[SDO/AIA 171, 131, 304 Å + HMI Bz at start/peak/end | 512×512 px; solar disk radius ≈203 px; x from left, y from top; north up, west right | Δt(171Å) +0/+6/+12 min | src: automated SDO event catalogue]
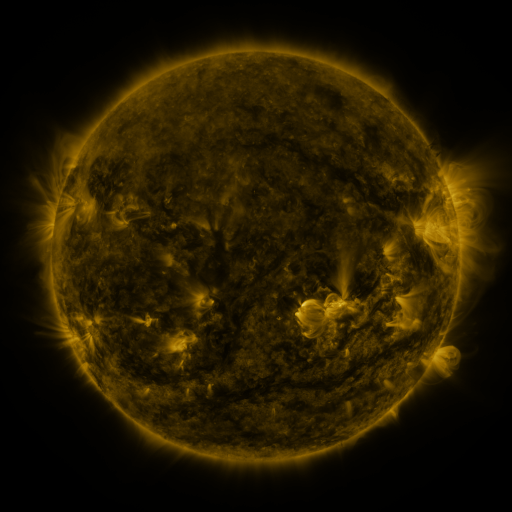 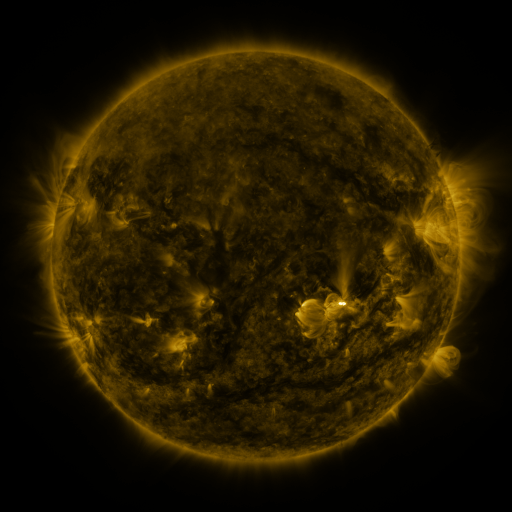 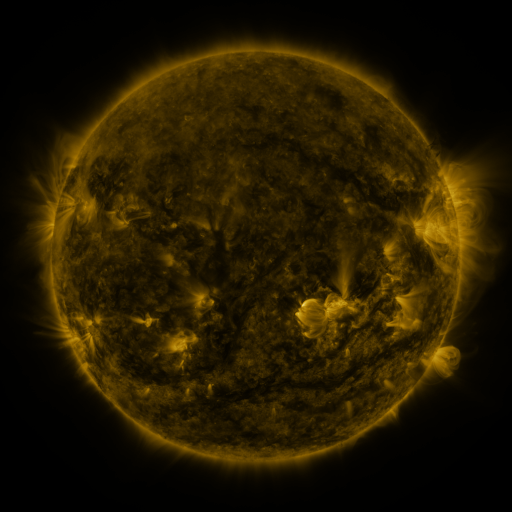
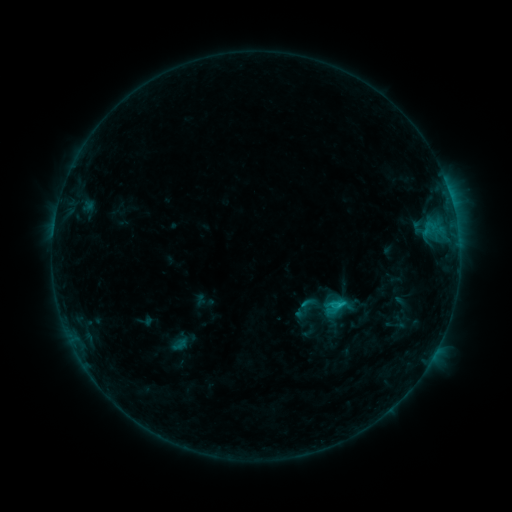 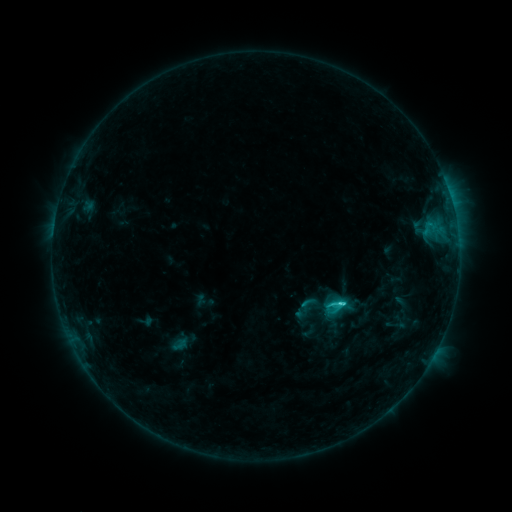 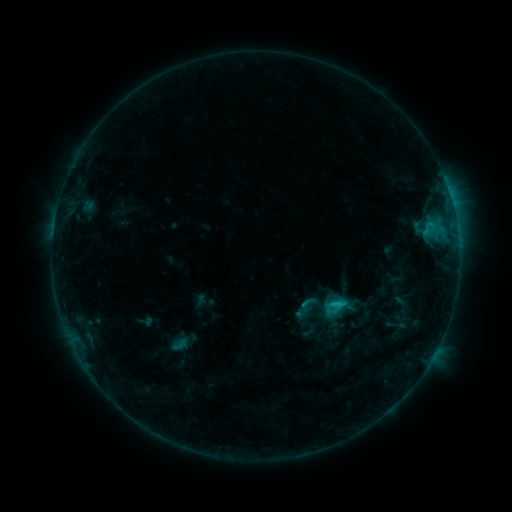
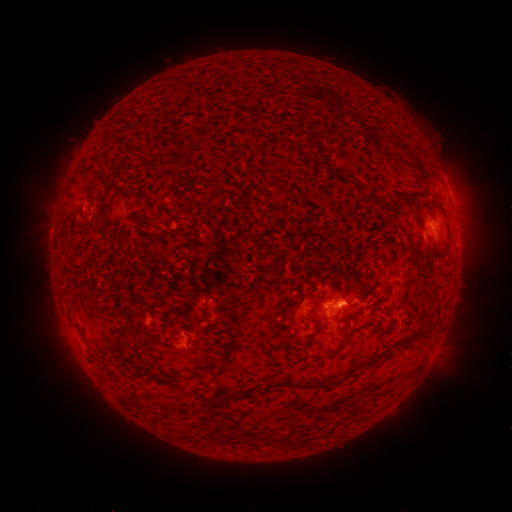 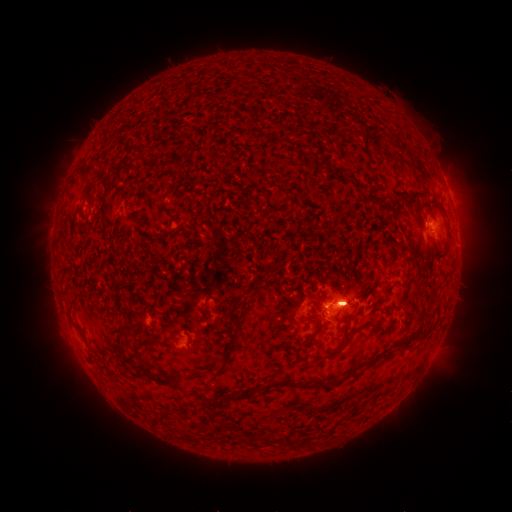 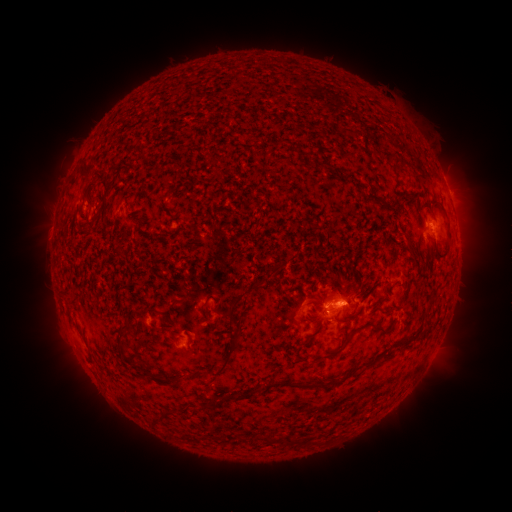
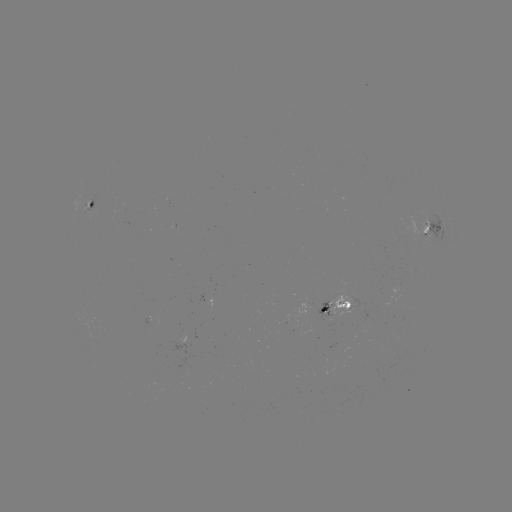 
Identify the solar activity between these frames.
C1.9 flare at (340, 302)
